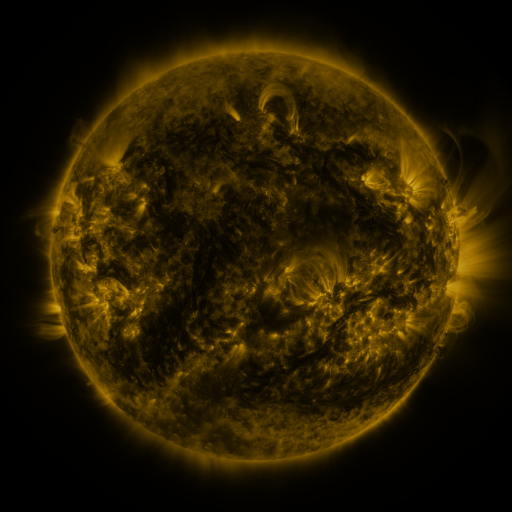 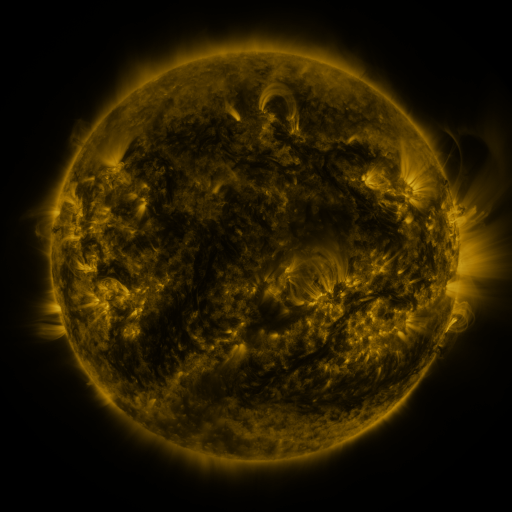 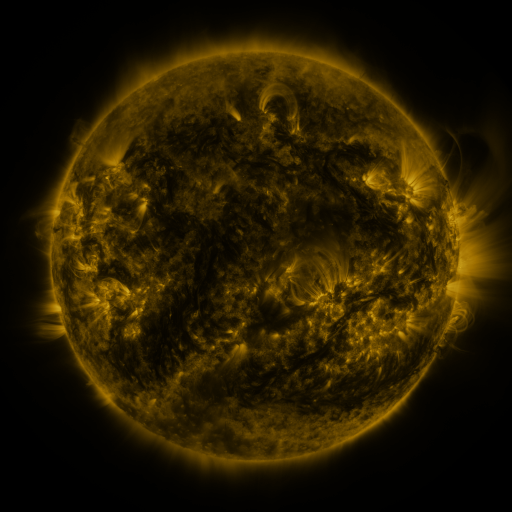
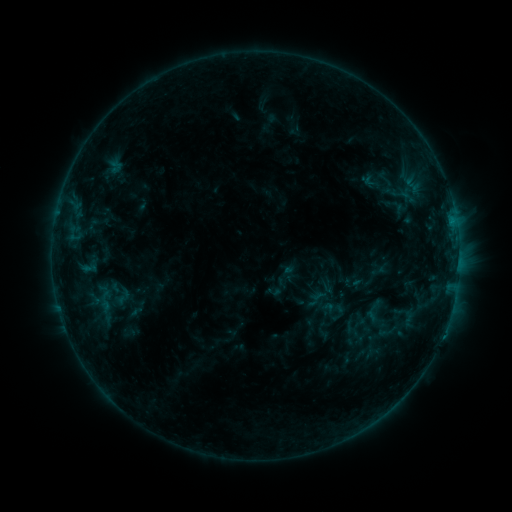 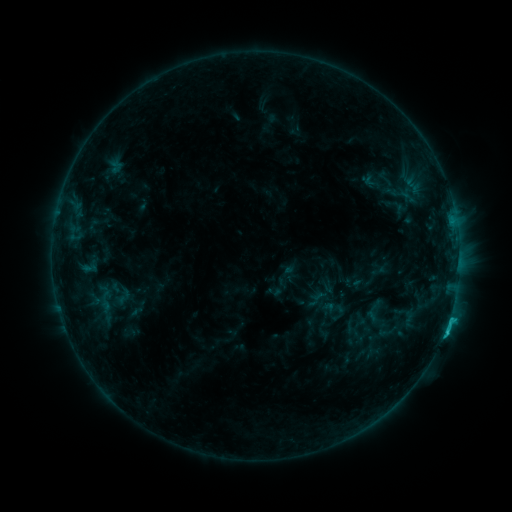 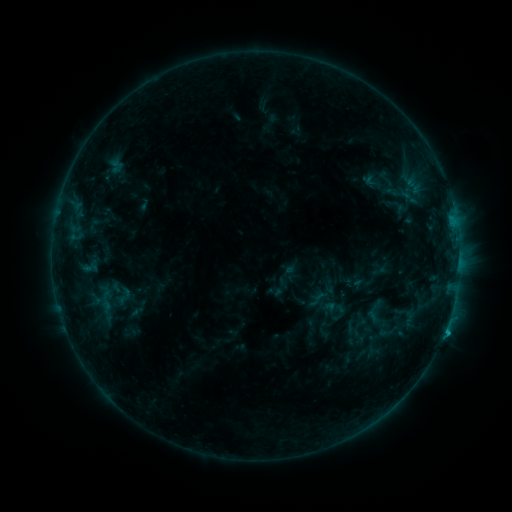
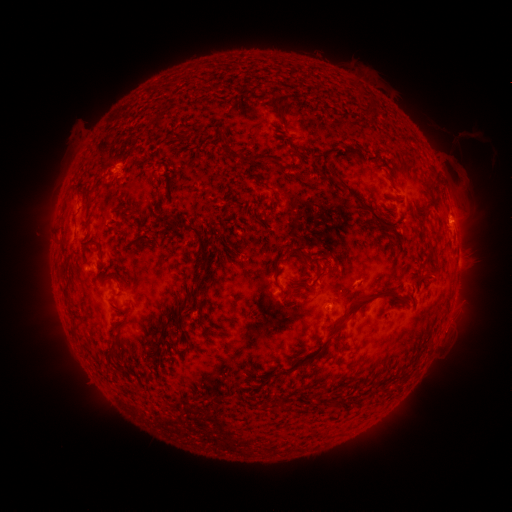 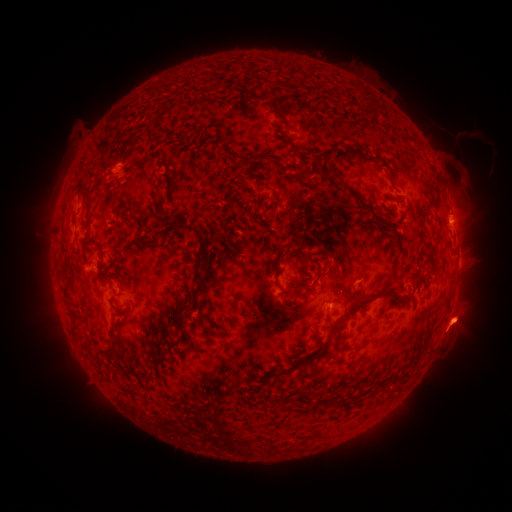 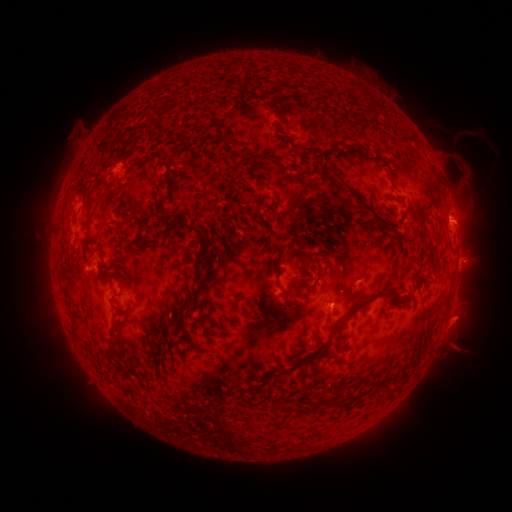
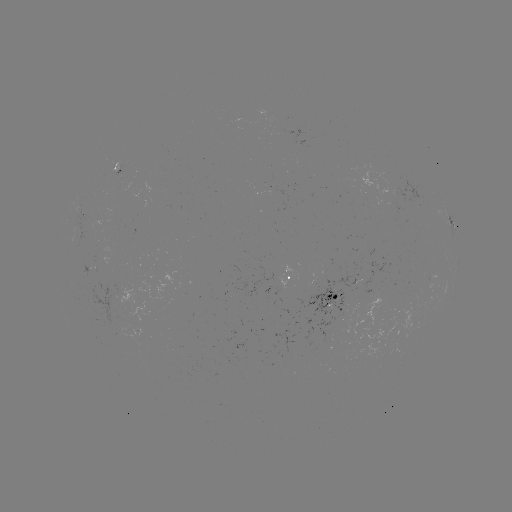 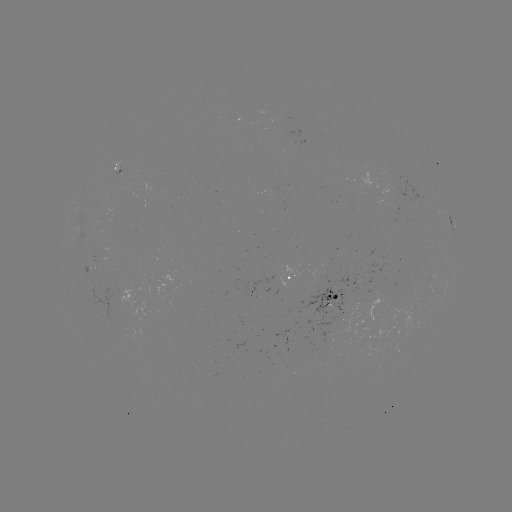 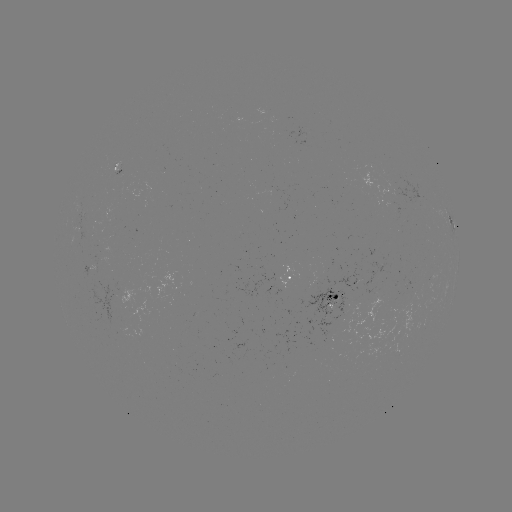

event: flare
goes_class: C1.8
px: (445, 328)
